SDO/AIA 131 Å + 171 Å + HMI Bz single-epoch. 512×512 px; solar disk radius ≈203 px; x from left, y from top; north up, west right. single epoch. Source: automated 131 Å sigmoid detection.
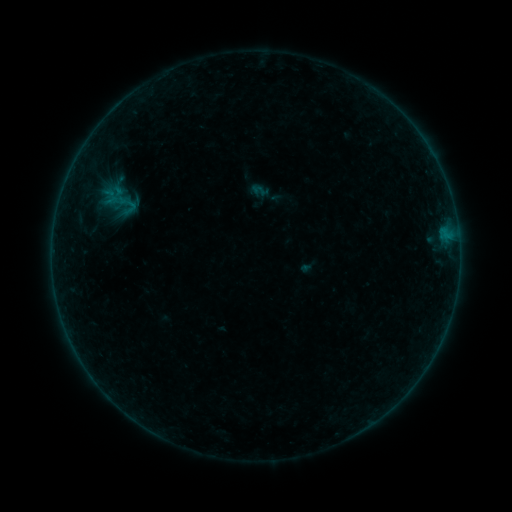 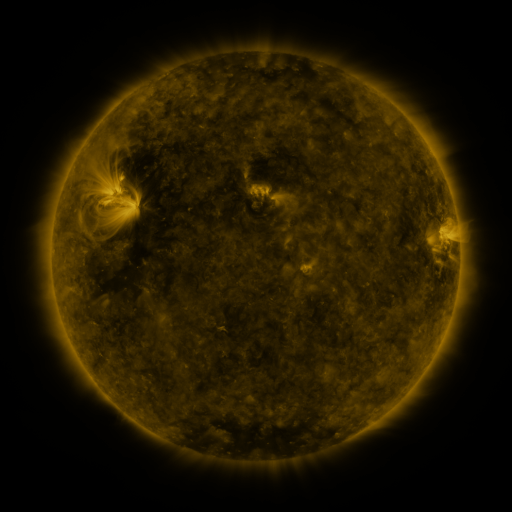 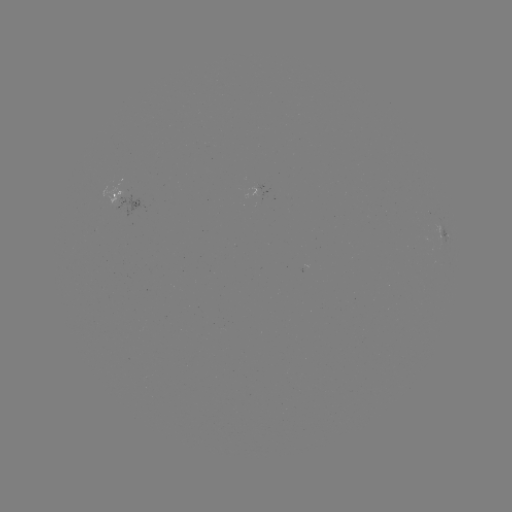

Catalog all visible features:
sigmoid: (260, 190)
